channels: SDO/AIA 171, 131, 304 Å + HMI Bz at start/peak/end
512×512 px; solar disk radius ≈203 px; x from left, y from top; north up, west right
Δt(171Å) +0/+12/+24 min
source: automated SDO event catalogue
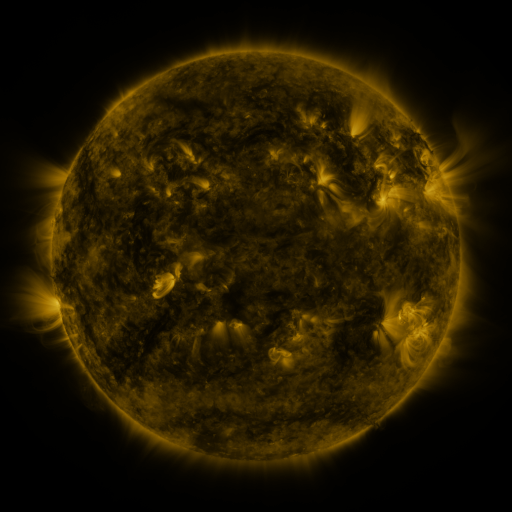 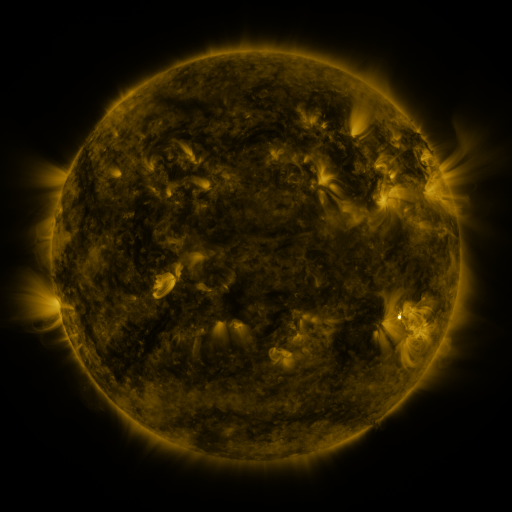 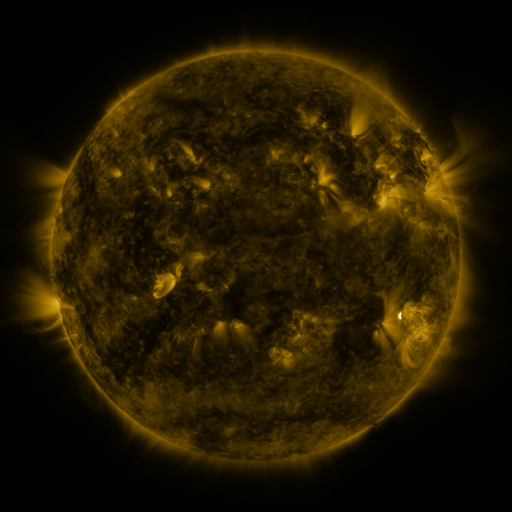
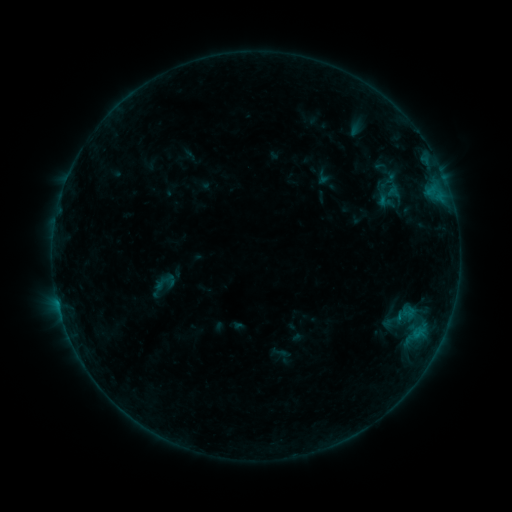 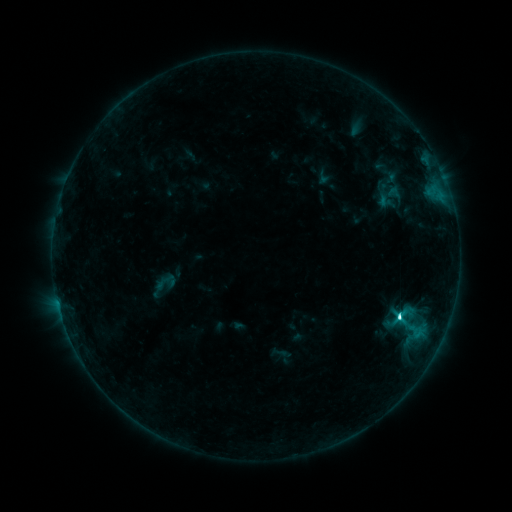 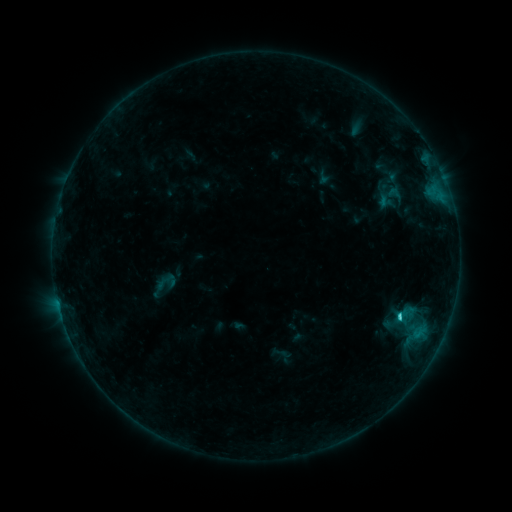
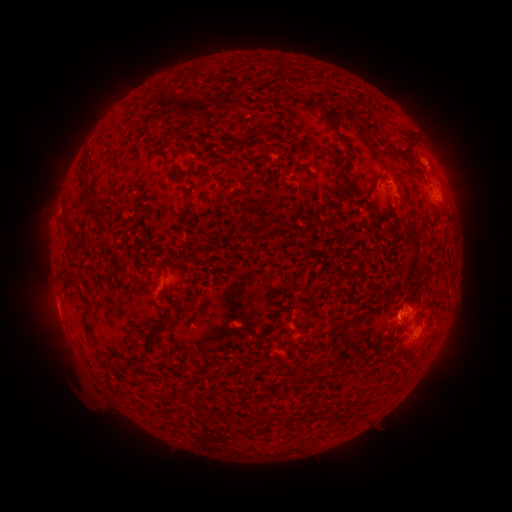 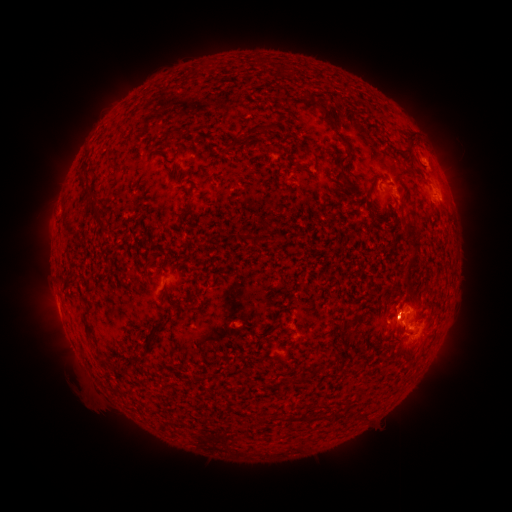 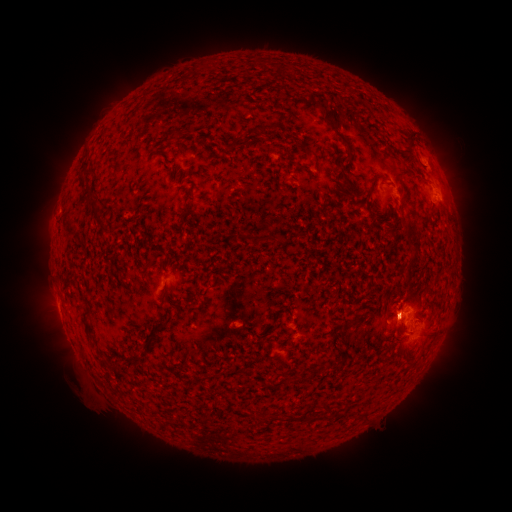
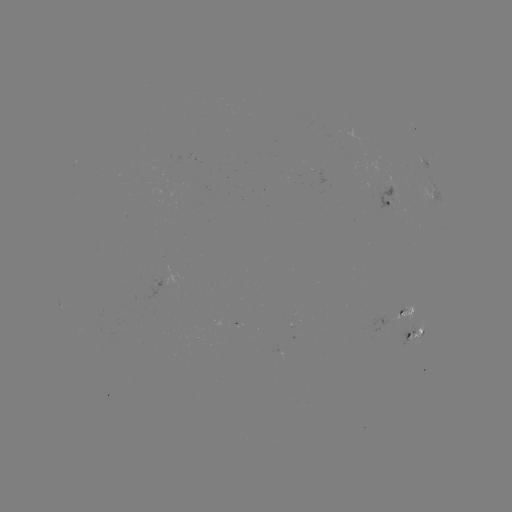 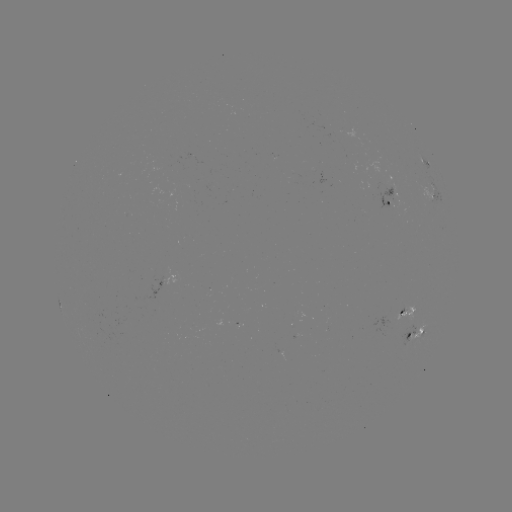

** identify C3.5 flare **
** [398, 316] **